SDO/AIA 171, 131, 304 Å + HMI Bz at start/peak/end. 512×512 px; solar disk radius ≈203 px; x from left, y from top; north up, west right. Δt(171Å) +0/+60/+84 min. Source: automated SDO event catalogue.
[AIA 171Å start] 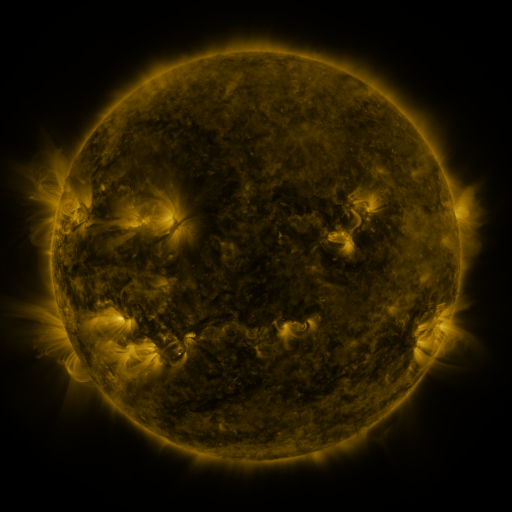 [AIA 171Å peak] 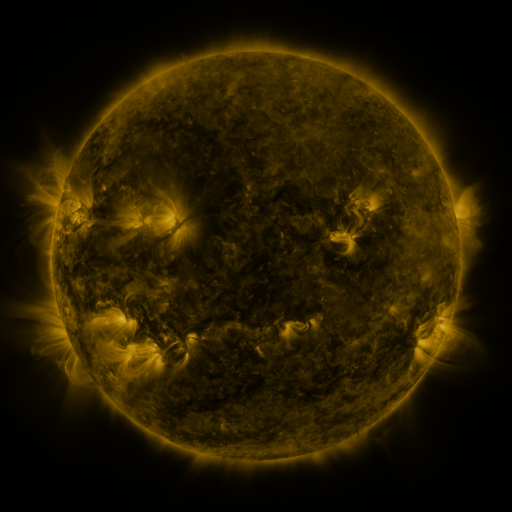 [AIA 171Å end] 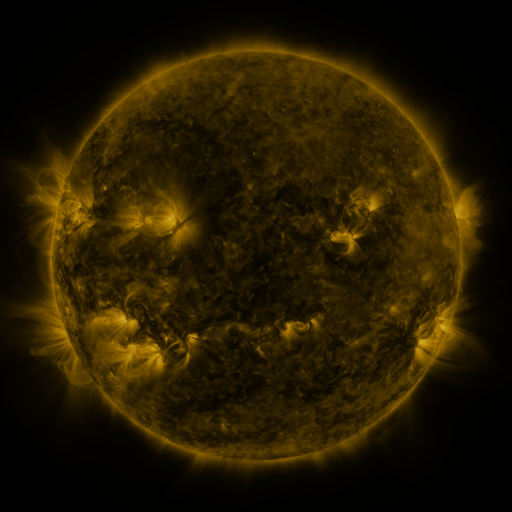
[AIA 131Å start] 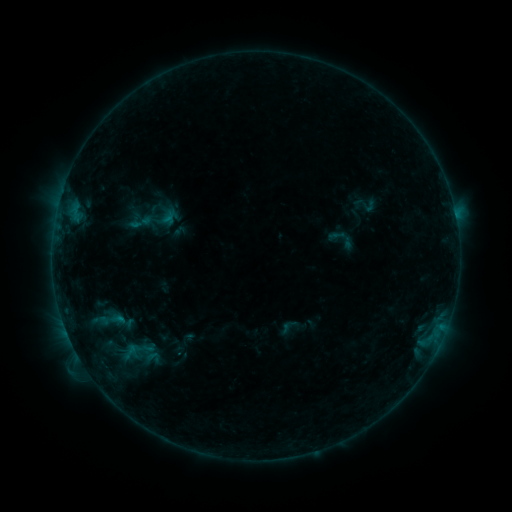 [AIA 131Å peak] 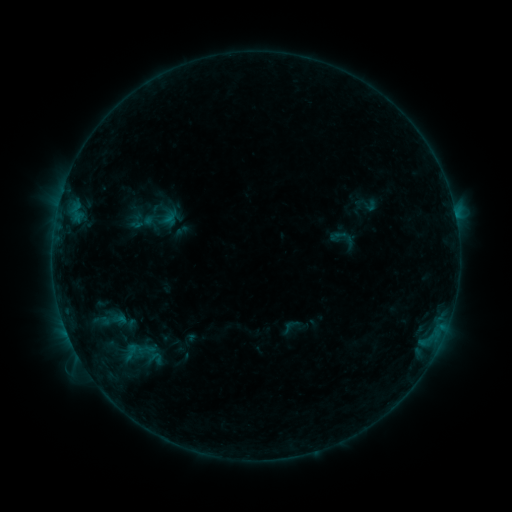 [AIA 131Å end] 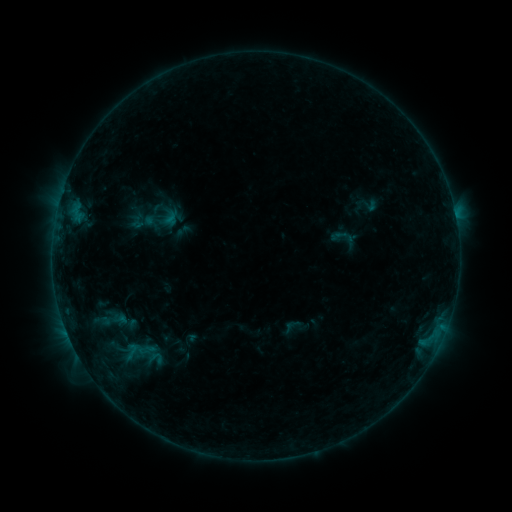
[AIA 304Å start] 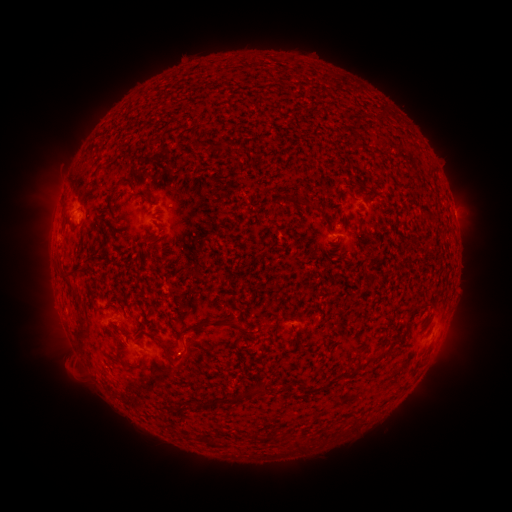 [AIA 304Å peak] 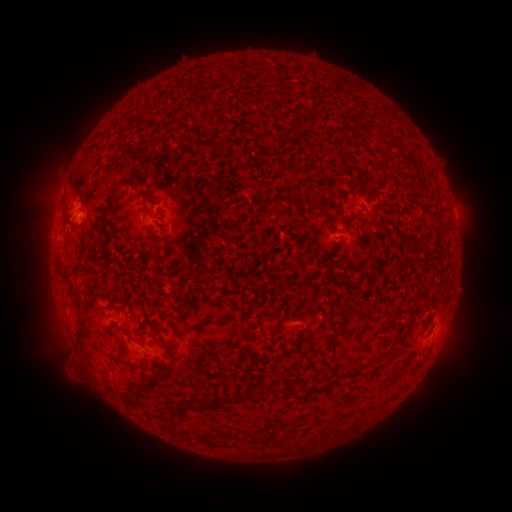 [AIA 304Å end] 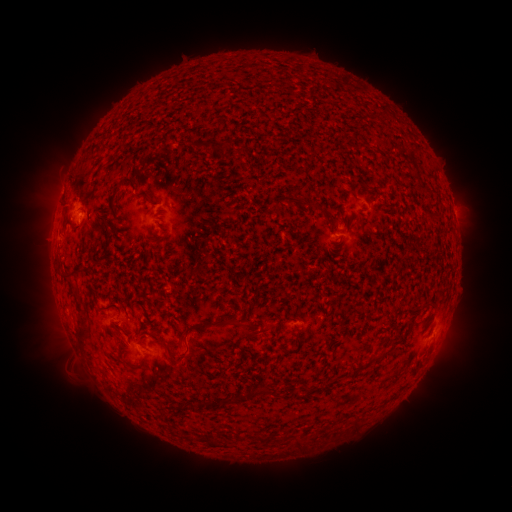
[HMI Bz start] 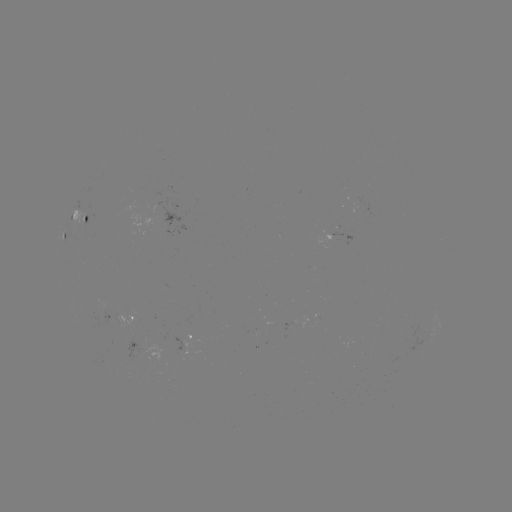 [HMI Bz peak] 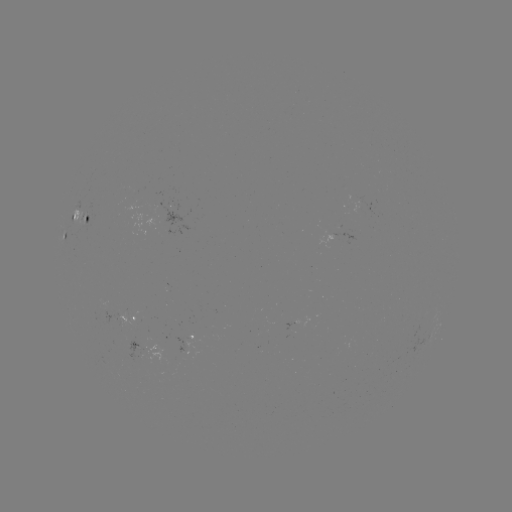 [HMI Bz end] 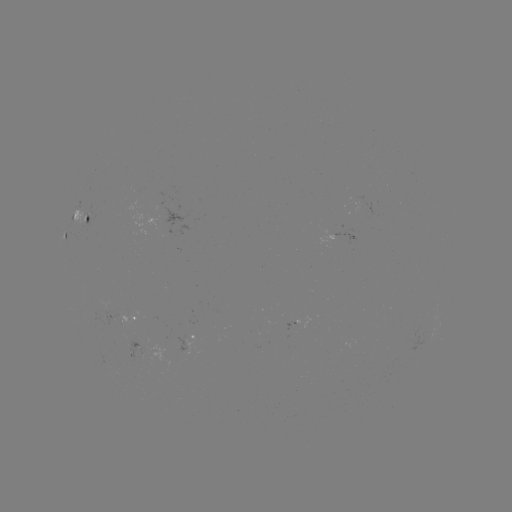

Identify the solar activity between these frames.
emerging-flux region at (88, 215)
